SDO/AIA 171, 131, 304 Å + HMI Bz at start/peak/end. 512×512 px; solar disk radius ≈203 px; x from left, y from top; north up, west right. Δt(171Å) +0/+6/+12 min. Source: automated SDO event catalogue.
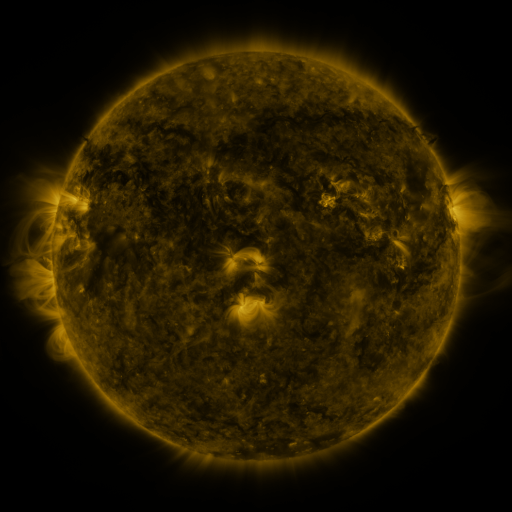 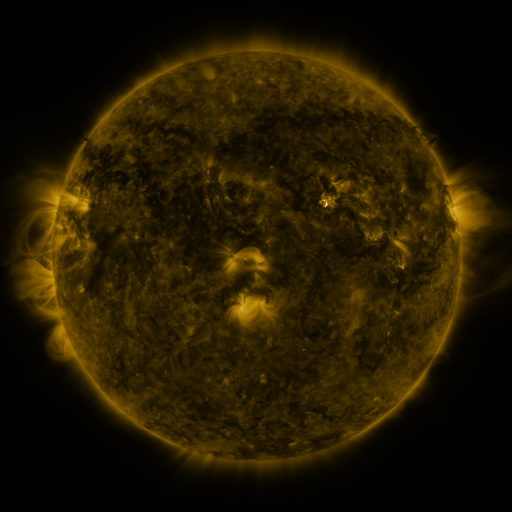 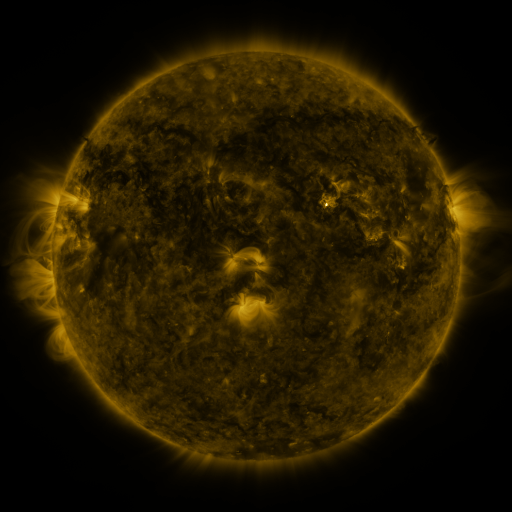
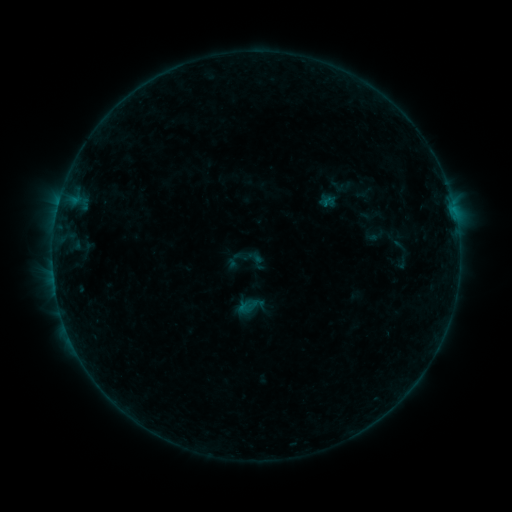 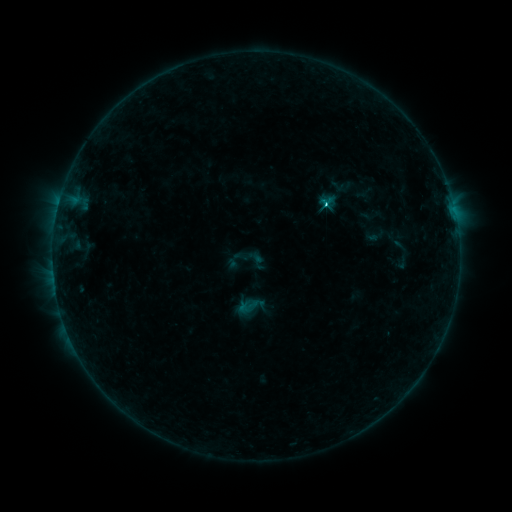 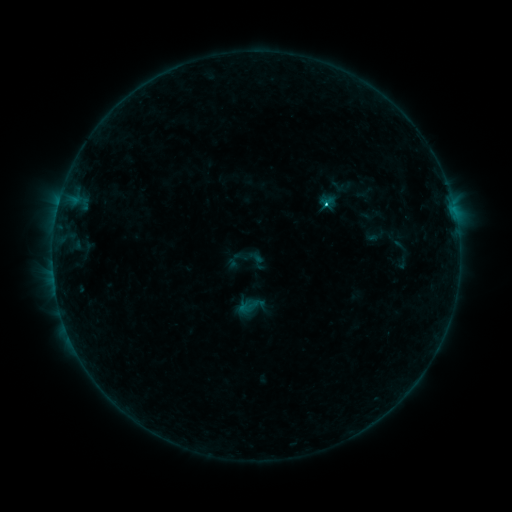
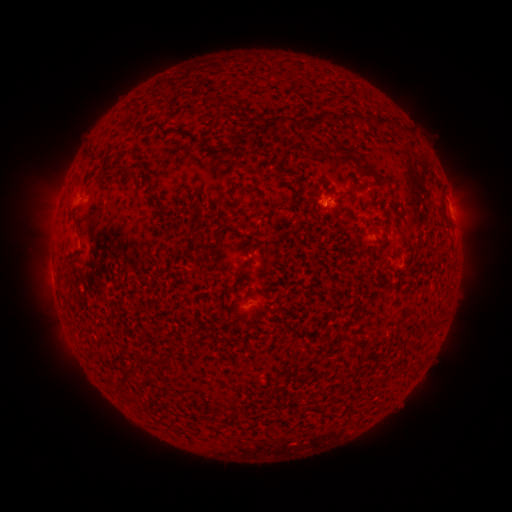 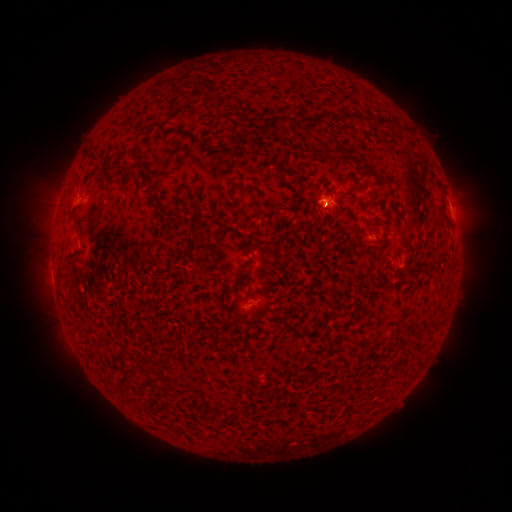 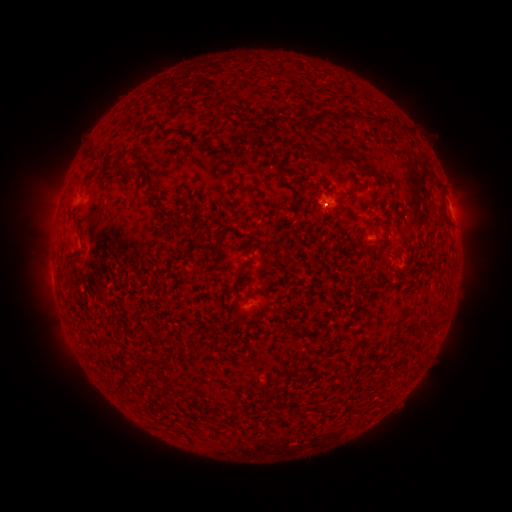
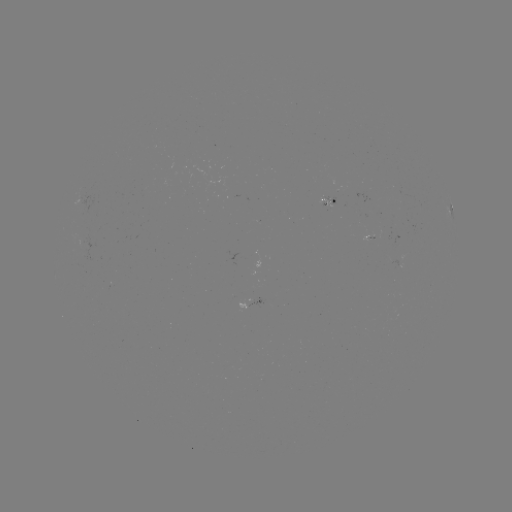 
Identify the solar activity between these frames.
C1.4 flare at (324, 207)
